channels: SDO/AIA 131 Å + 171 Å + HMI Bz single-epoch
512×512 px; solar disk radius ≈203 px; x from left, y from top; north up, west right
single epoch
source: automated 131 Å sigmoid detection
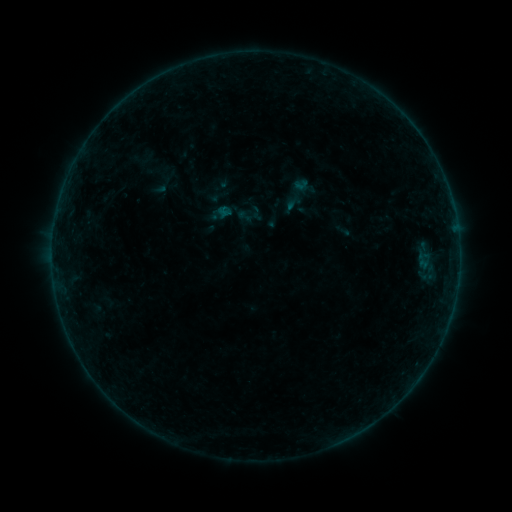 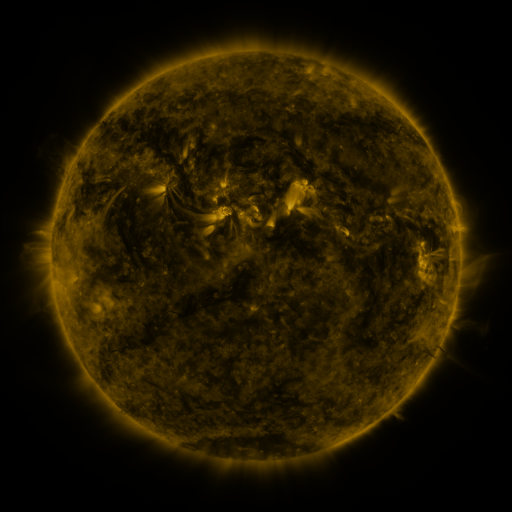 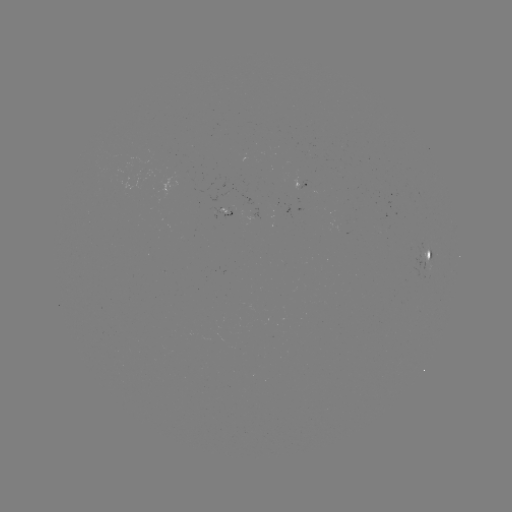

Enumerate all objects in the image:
sigmoid: [236, 208, 252, 224]
